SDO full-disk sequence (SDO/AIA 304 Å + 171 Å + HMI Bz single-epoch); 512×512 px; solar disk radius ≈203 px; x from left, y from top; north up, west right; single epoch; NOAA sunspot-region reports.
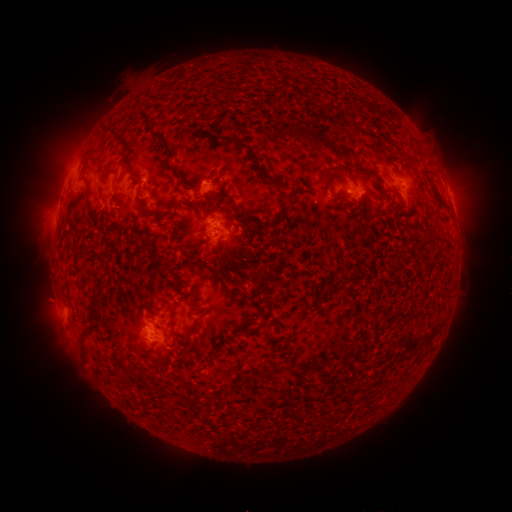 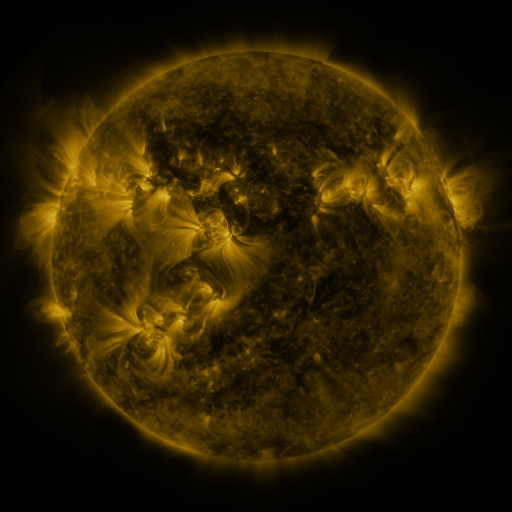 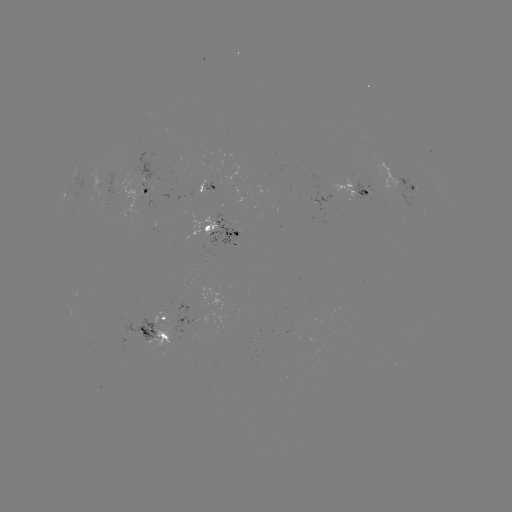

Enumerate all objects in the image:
spotted active region: (410, 187)
spotted active region: (212, 188)
spotted active region: (357, 188)
spotted active region: (148, 191)
spotted active region: (227, 229)
spotted active region: (163, 327)
